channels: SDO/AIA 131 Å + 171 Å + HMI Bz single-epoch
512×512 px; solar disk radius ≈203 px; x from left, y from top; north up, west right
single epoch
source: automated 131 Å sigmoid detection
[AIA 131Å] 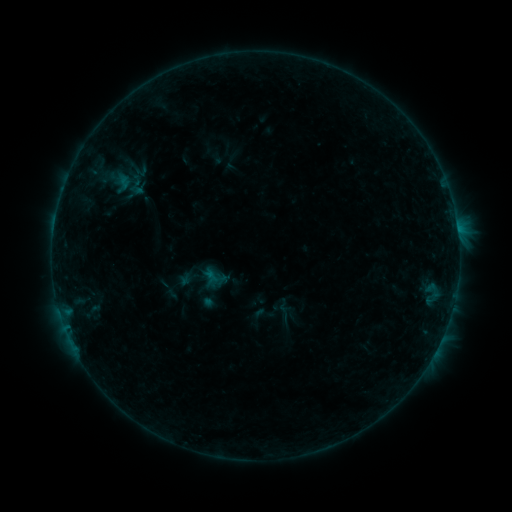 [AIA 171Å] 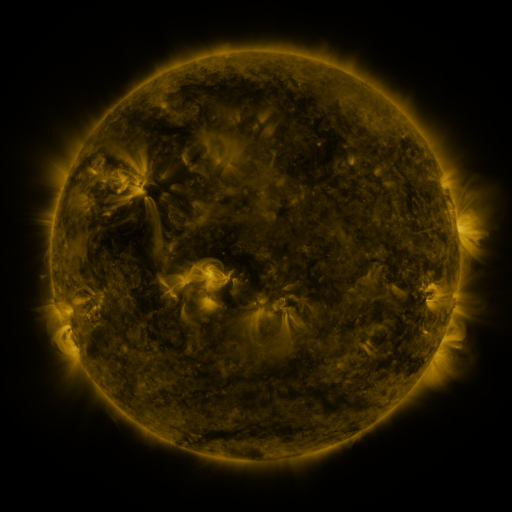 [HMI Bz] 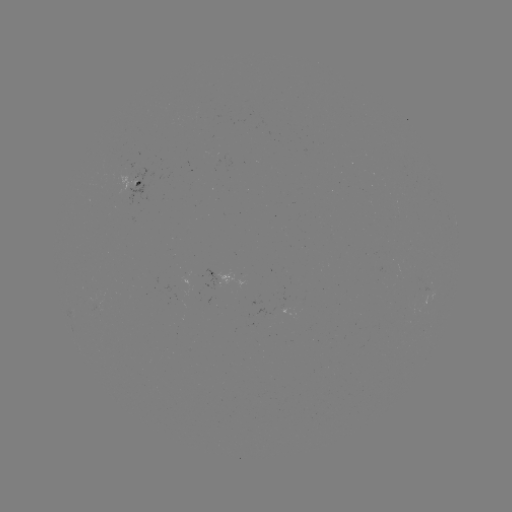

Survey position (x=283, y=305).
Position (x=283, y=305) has sigmoid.